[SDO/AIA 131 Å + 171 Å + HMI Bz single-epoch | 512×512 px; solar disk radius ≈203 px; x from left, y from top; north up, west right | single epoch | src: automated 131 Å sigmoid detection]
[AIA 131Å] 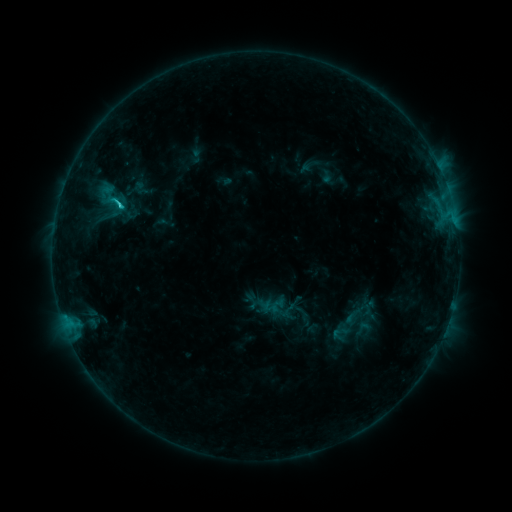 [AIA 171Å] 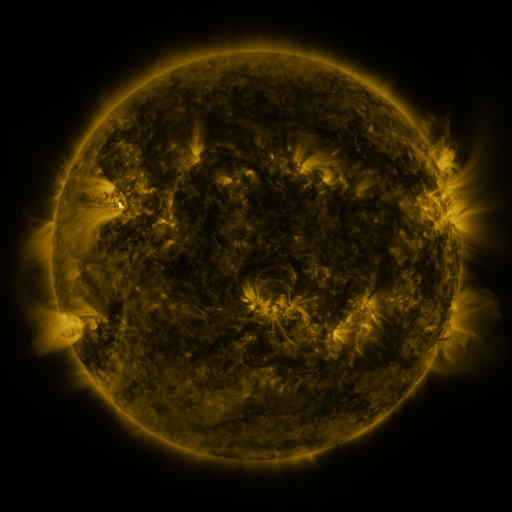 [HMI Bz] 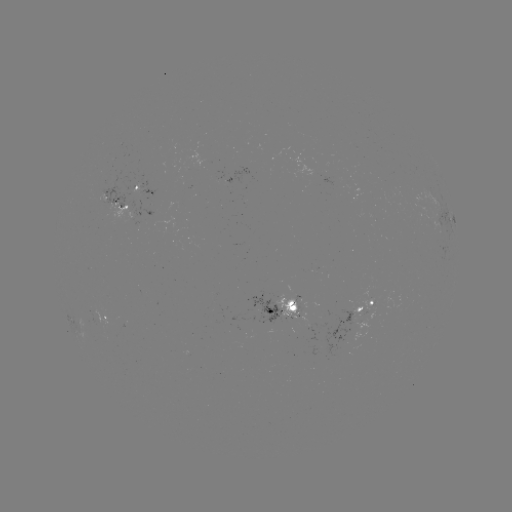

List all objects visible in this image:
sigmoid: <bbox>353, 318, 372, 338</bbox>
